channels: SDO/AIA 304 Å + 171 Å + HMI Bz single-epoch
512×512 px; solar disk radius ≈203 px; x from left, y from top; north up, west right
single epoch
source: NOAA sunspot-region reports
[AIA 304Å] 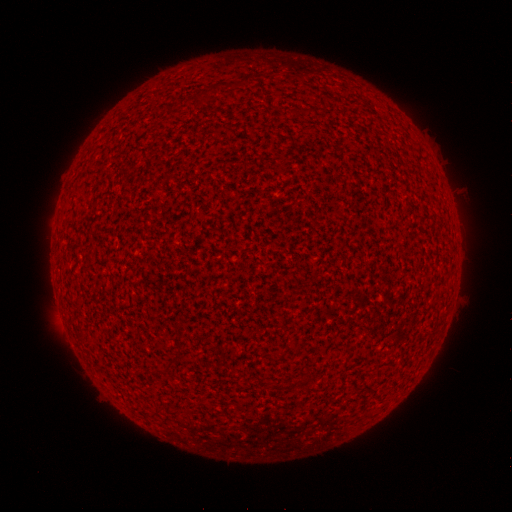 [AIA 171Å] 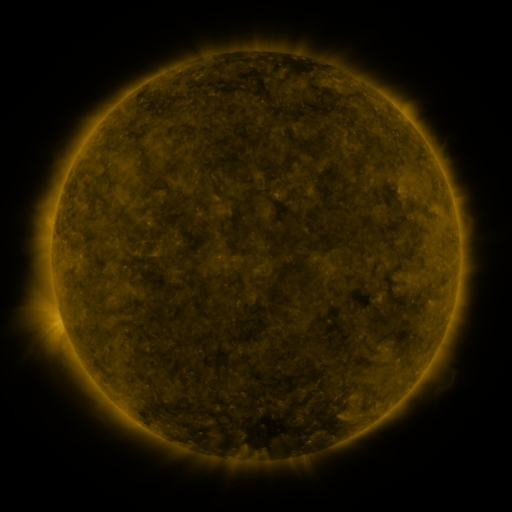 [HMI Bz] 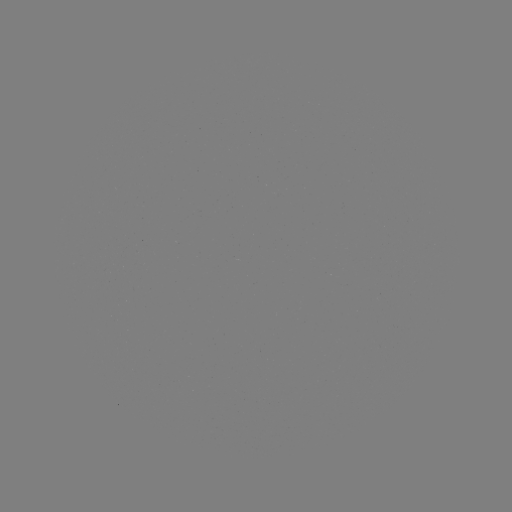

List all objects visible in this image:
(none)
